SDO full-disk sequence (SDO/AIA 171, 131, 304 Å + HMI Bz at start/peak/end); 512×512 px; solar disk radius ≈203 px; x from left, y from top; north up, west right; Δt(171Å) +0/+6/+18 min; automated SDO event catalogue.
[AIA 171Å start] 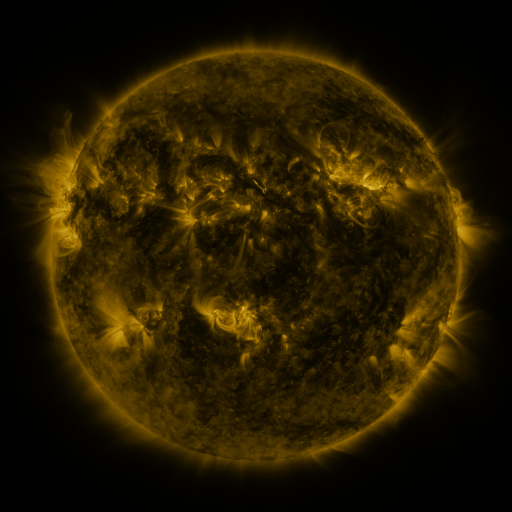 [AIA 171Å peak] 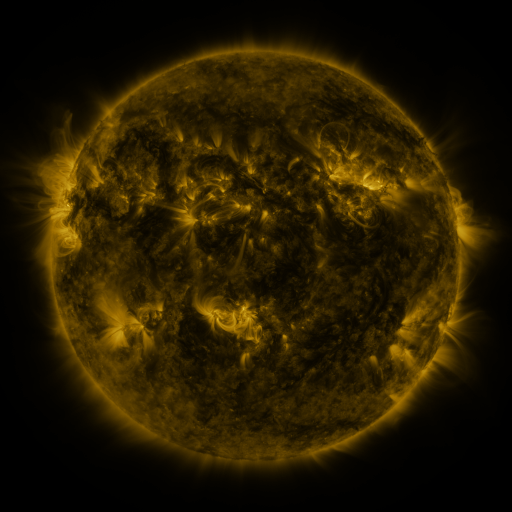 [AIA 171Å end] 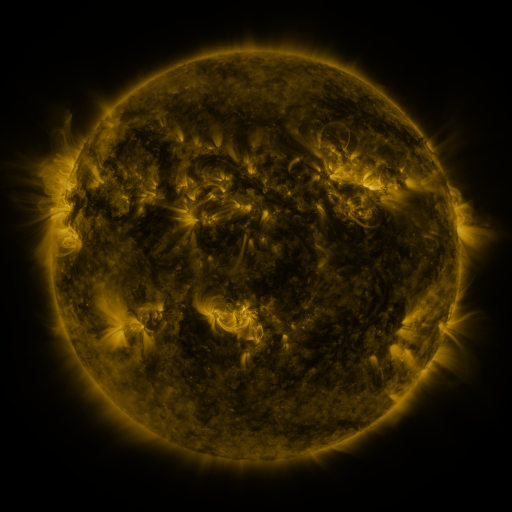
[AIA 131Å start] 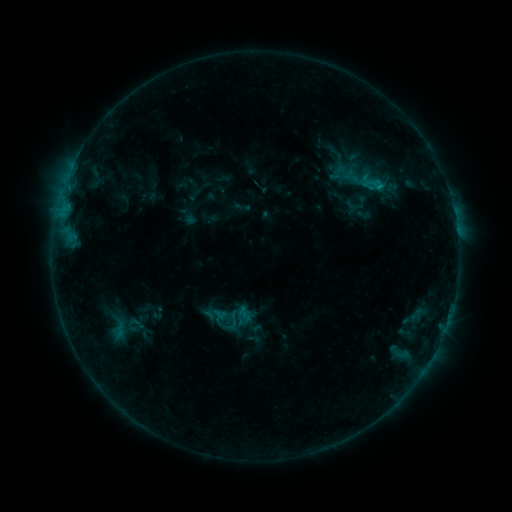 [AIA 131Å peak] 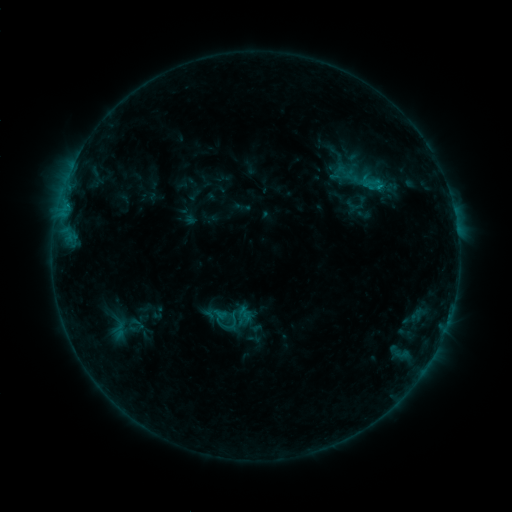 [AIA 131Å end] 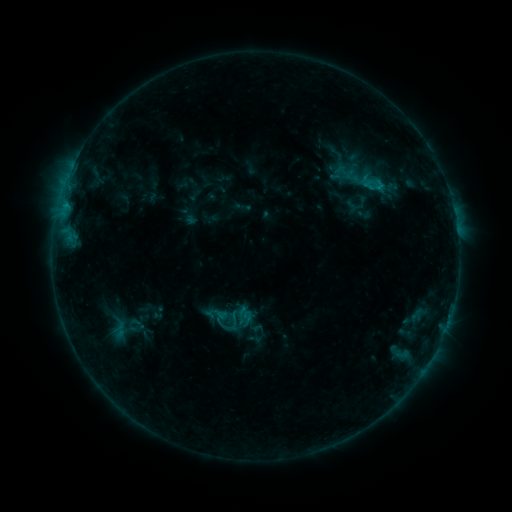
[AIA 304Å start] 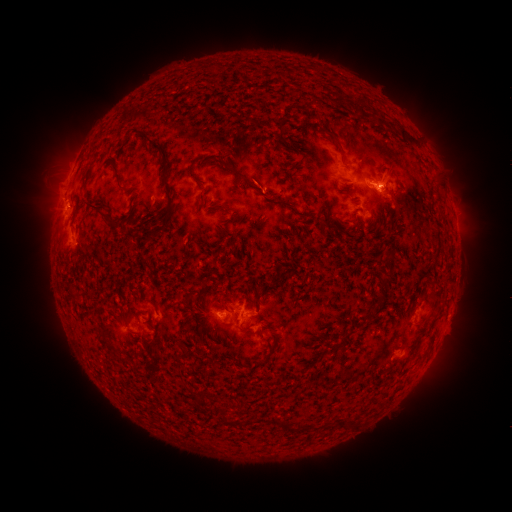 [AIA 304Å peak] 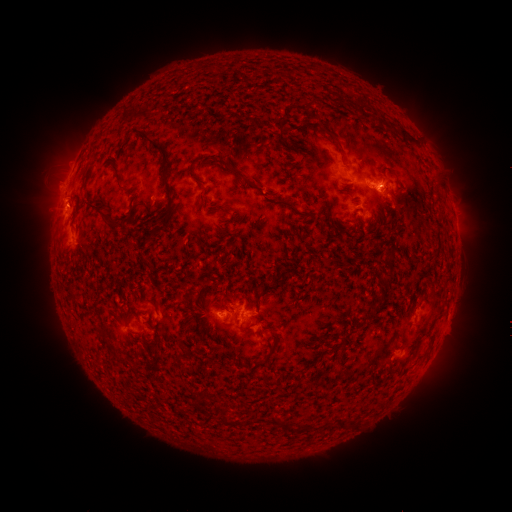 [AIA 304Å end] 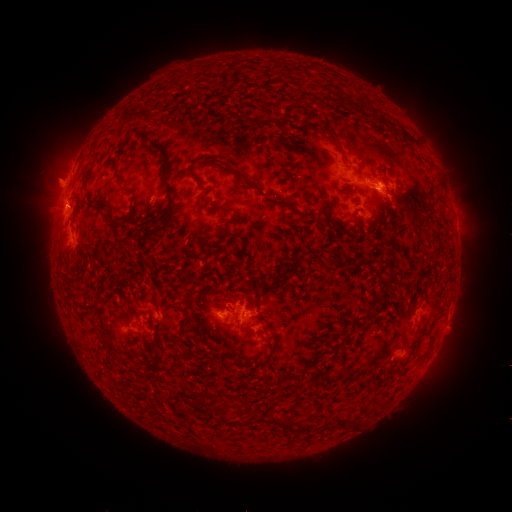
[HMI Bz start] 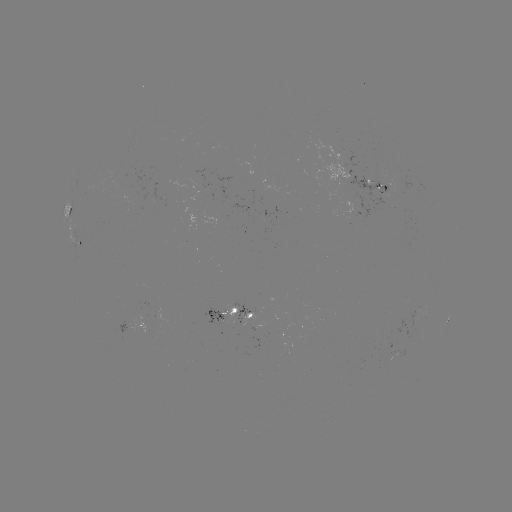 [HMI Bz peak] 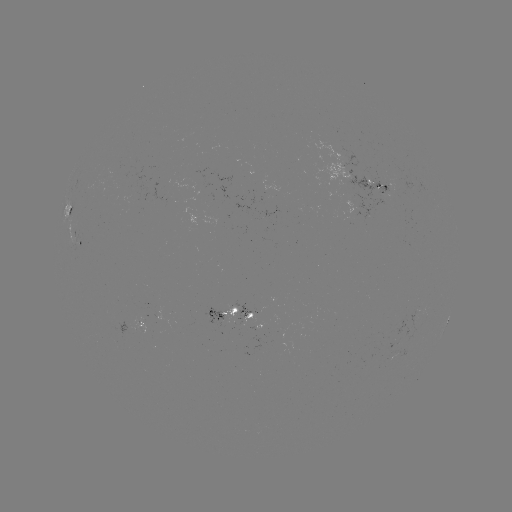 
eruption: [32, 158, 85, 213]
